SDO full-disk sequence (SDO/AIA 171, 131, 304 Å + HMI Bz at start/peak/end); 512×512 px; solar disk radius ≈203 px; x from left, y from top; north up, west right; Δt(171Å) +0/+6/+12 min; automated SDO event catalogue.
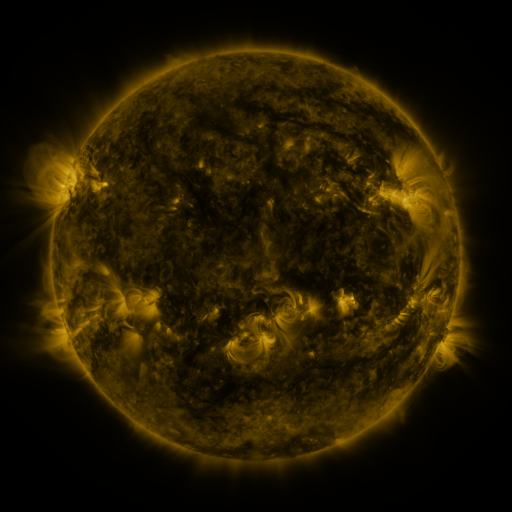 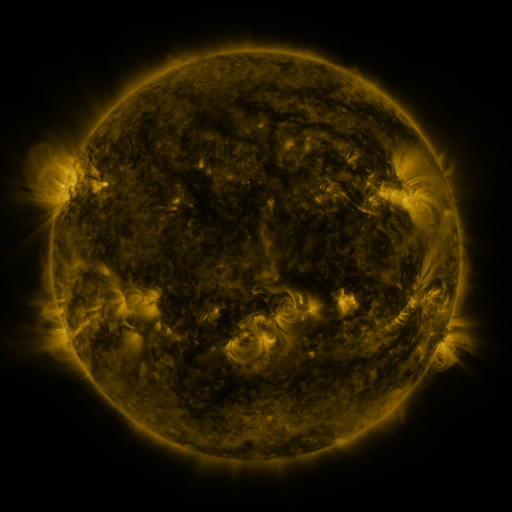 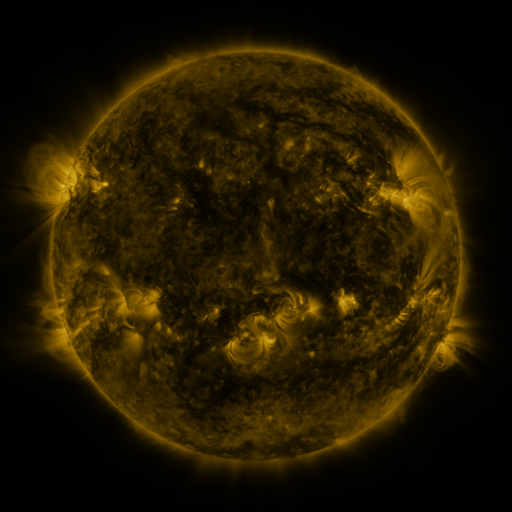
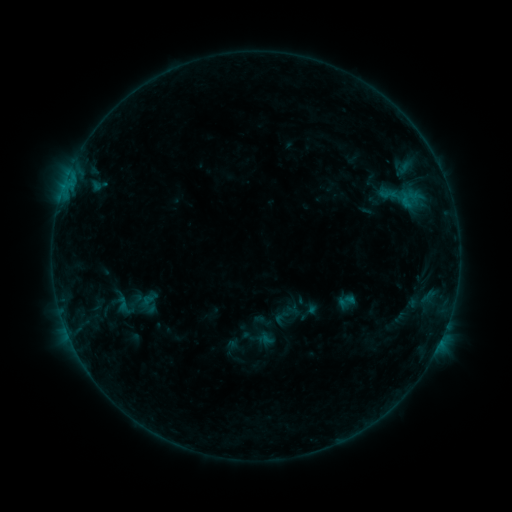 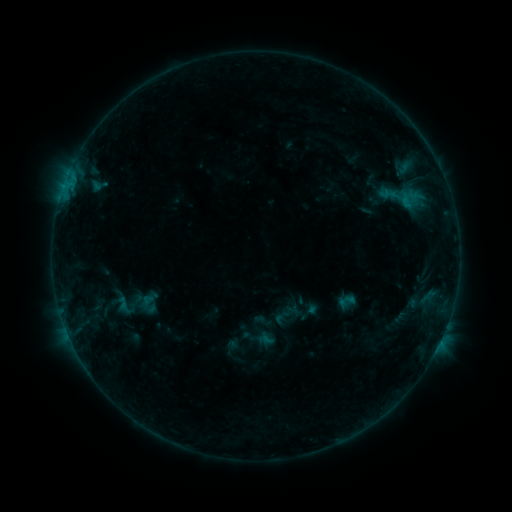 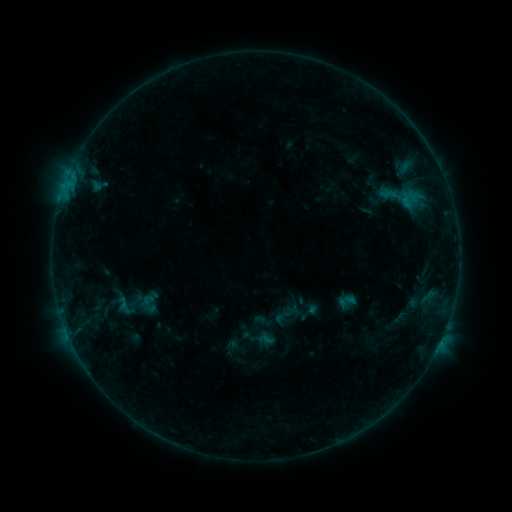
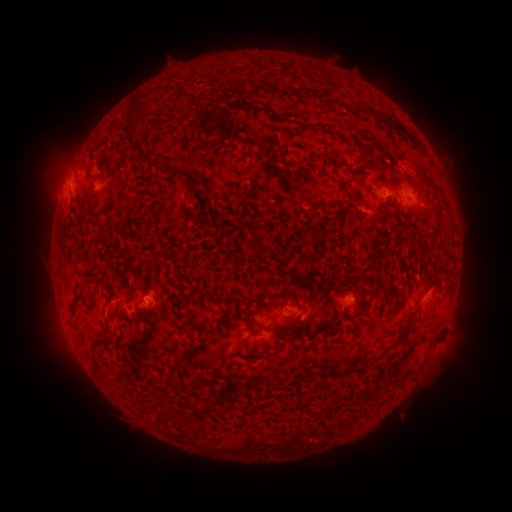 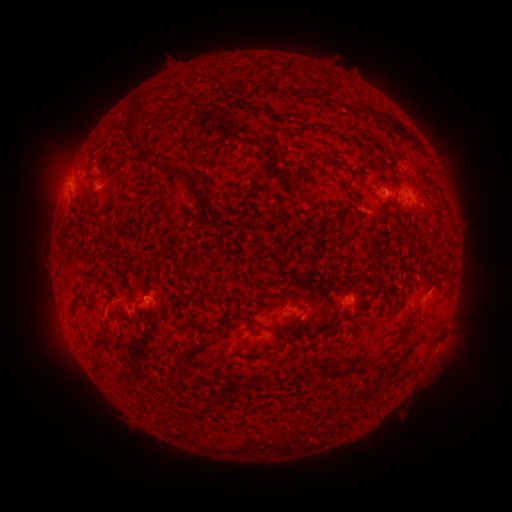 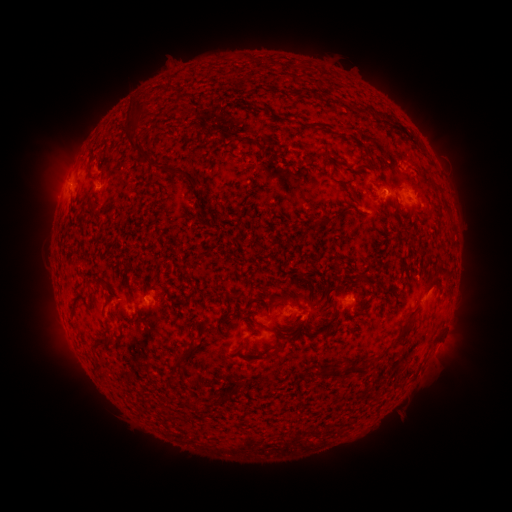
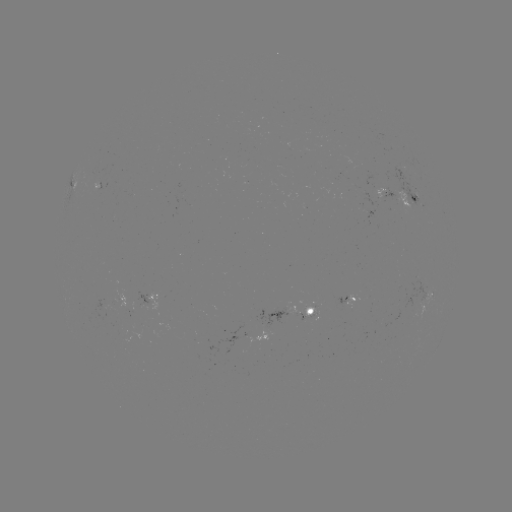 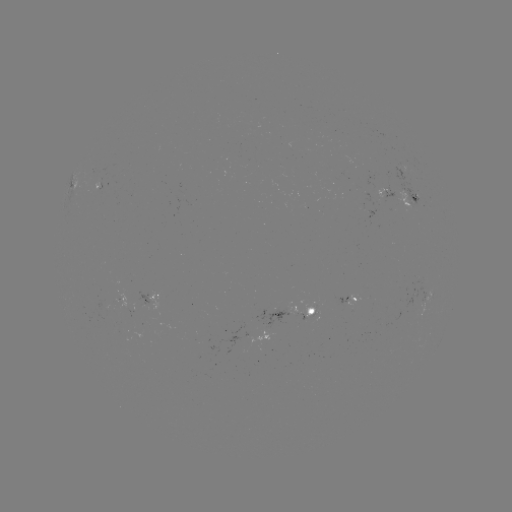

no classed flare was catalogued and no EUV brightening was flagged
